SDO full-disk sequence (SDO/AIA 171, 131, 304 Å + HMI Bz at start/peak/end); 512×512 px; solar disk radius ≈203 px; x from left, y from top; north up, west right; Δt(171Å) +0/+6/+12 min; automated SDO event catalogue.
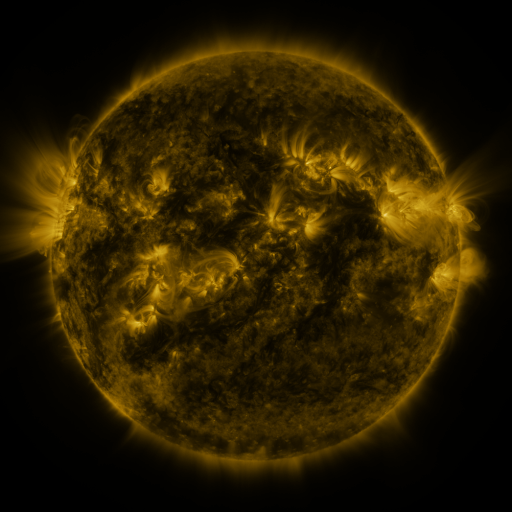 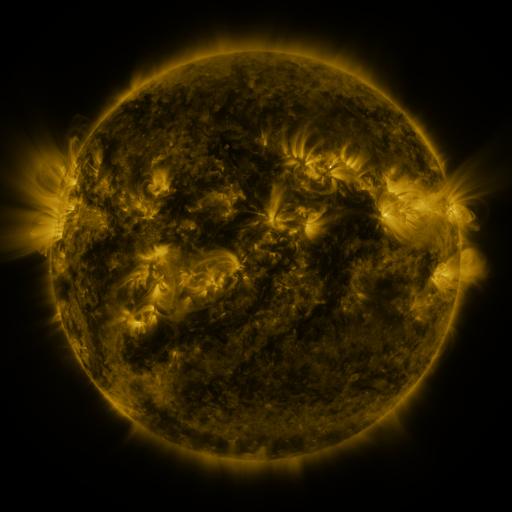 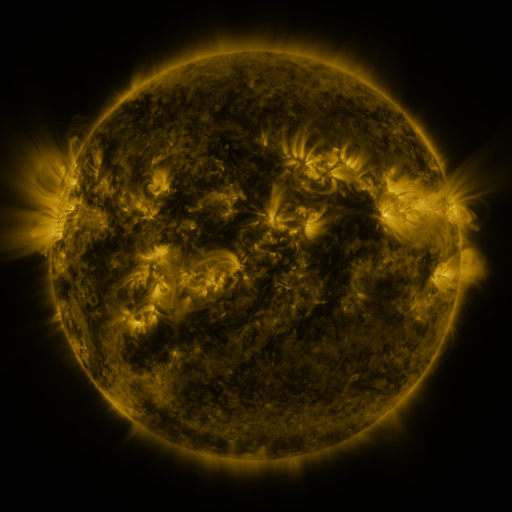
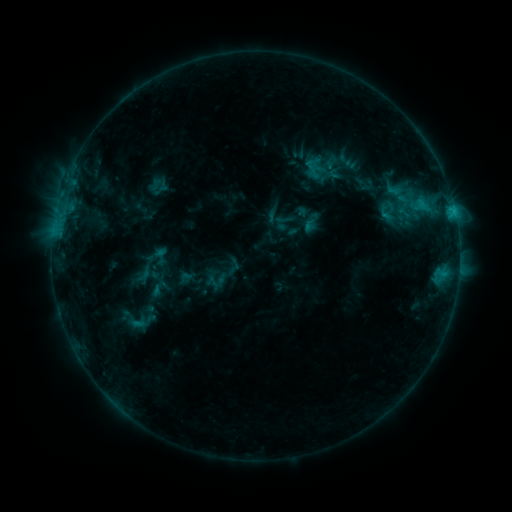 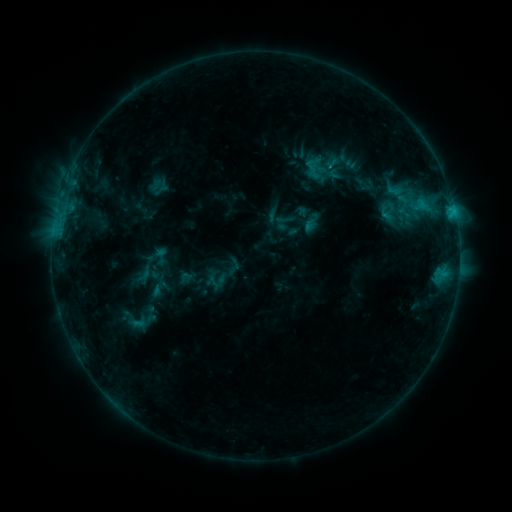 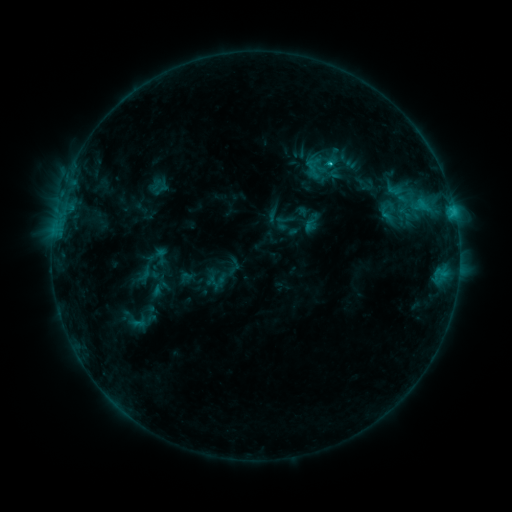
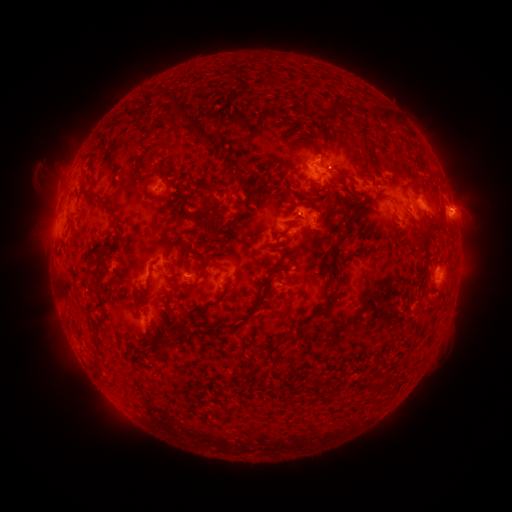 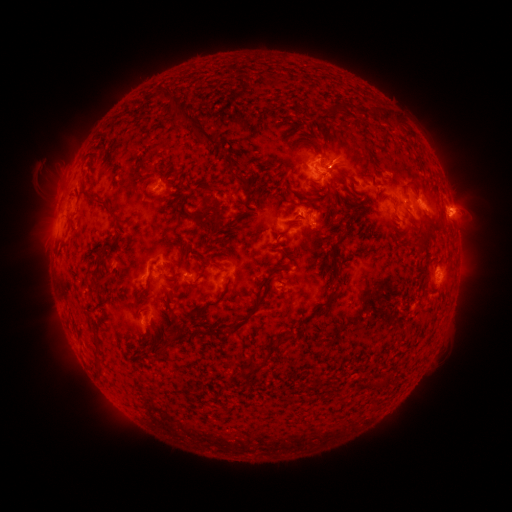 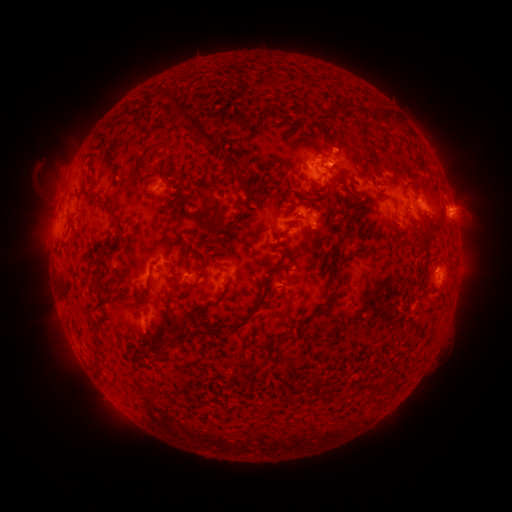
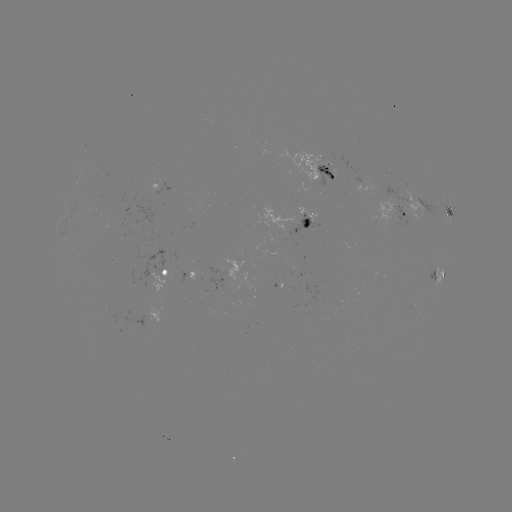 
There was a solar eruption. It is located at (329, 173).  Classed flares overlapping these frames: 1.